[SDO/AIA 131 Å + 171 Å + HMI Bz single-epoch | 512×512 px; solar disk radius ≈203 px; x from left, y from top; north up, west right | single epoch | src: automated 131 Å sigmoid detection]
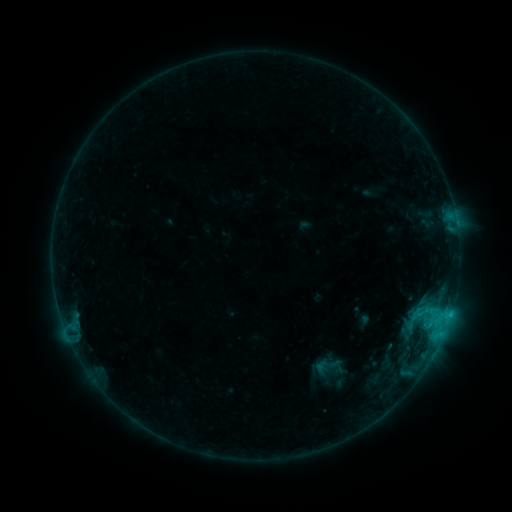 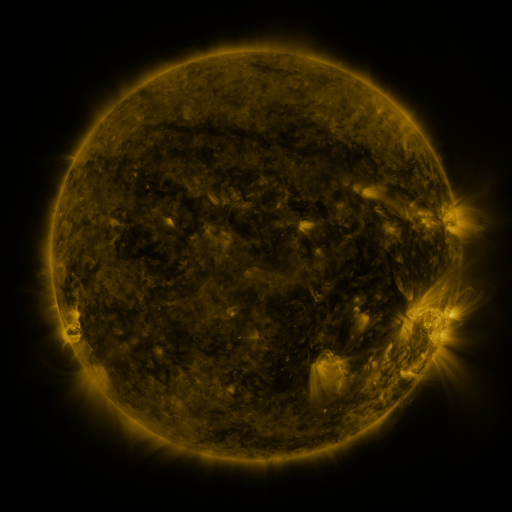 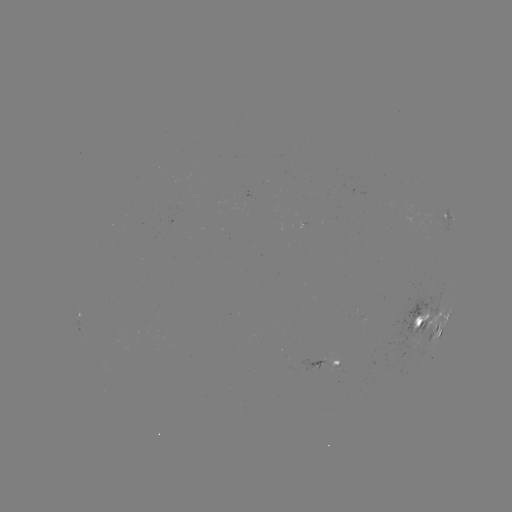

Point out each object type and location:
sigmoid: (326, 366)
